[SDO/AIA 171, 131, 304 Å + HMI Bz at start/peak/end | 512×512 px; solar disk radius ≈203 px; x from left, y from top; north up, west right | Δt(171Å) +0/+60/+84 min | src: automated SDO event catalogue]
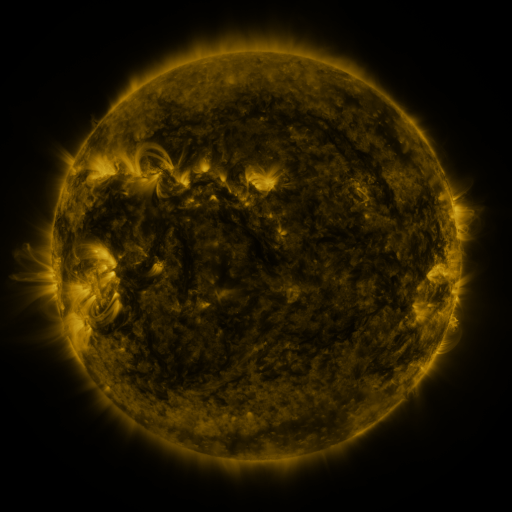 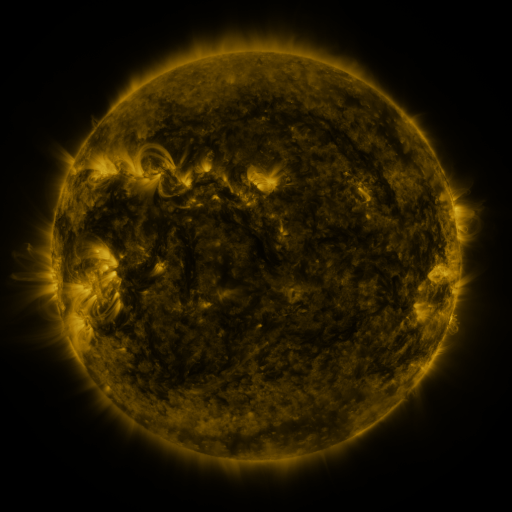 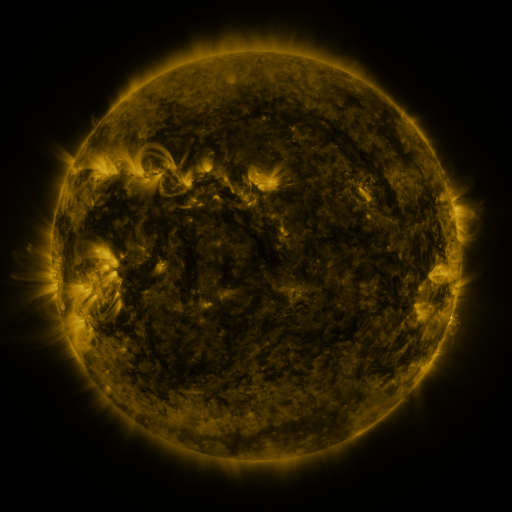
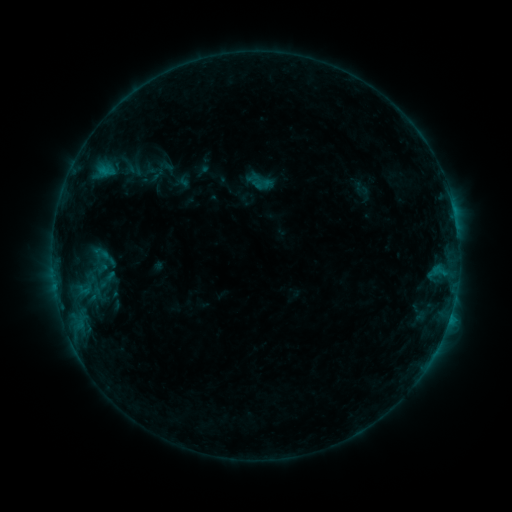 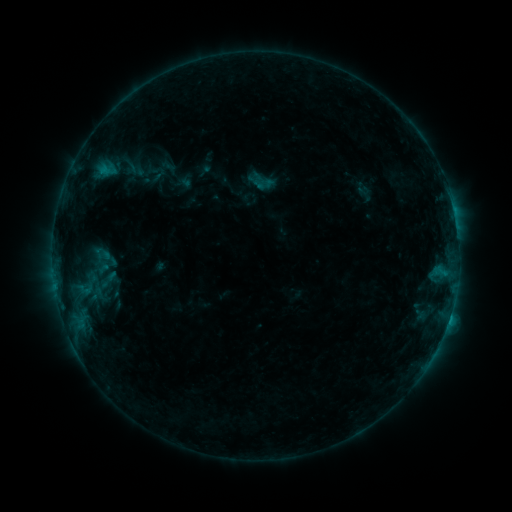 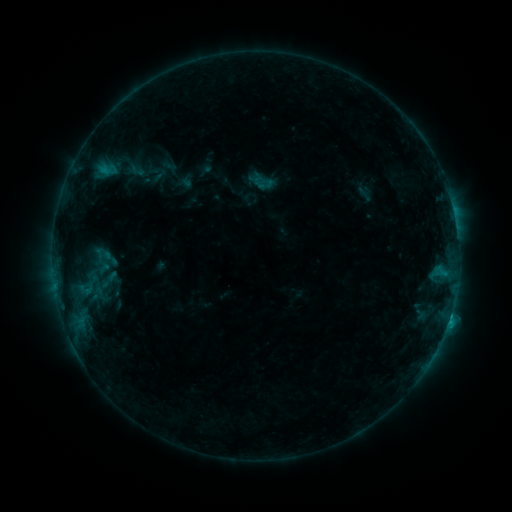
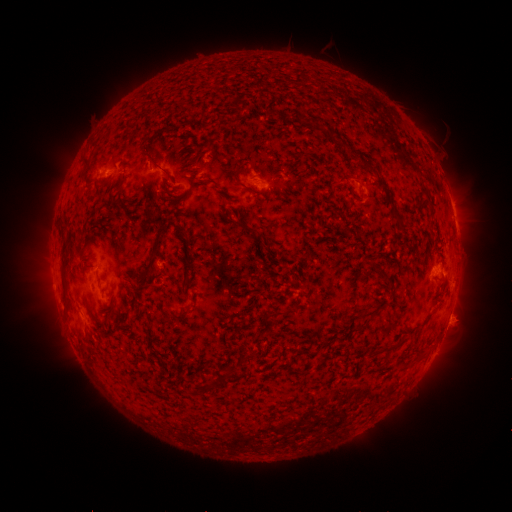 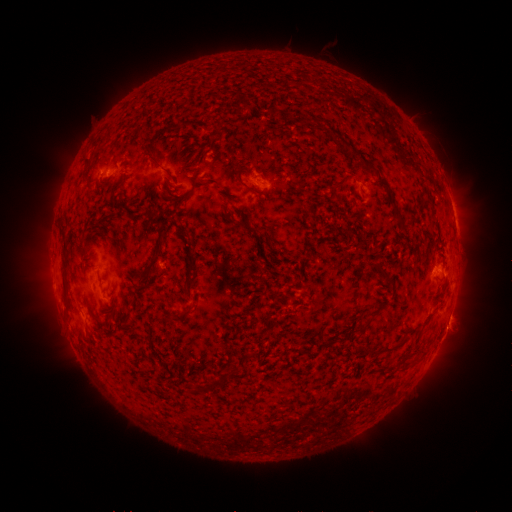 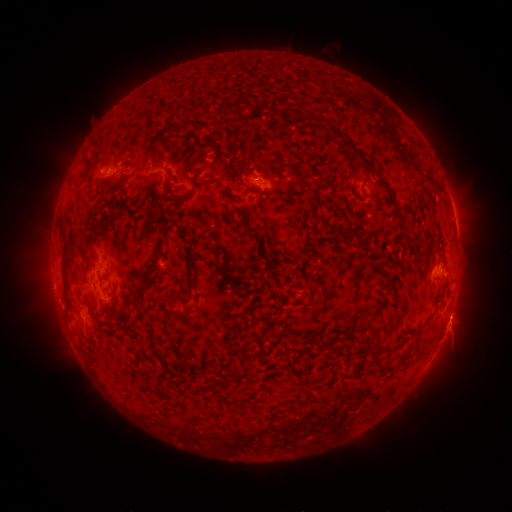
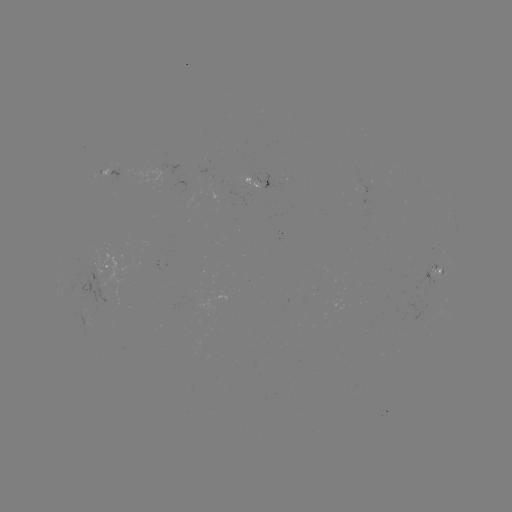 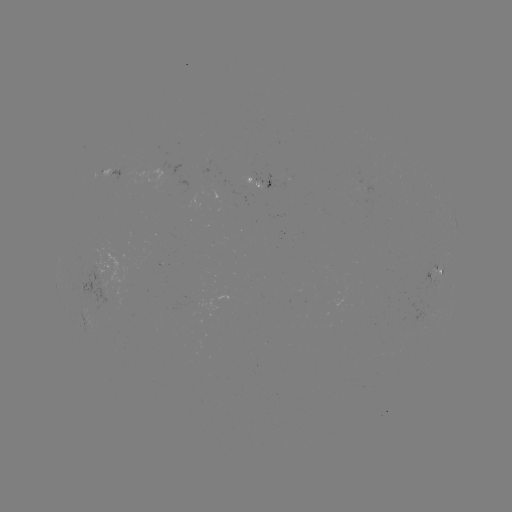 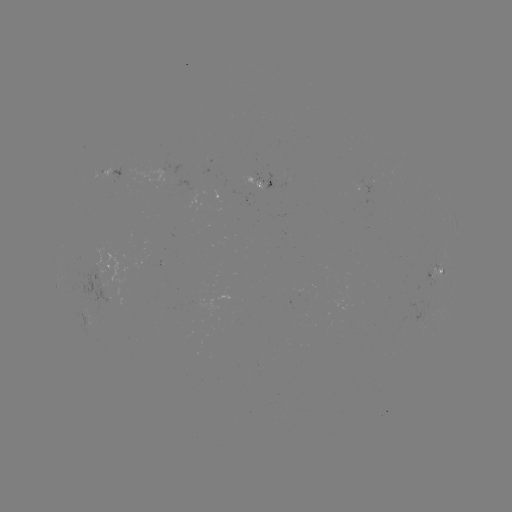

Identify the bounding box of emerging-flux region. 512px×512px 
[71, 266, 115, 311].